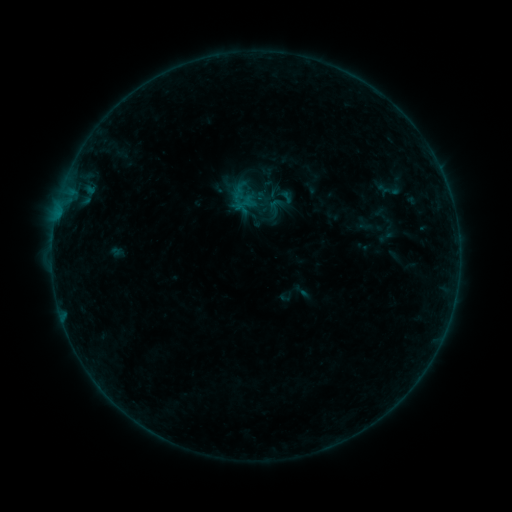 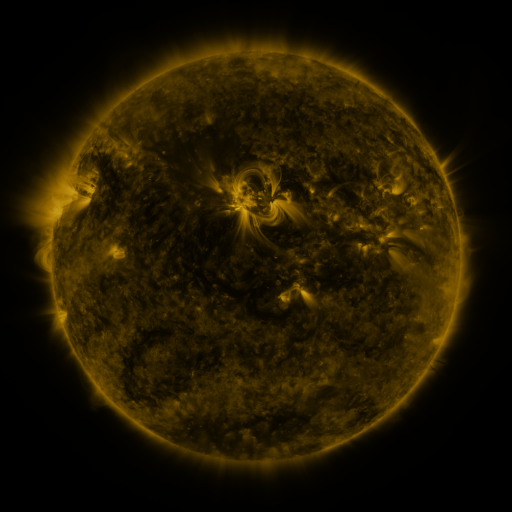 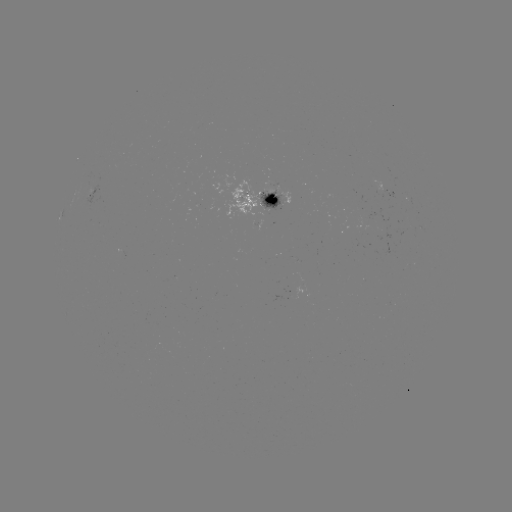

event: sigmoid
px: (275, 208)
